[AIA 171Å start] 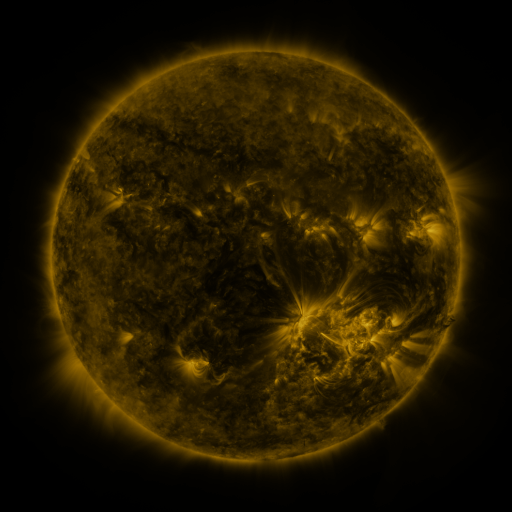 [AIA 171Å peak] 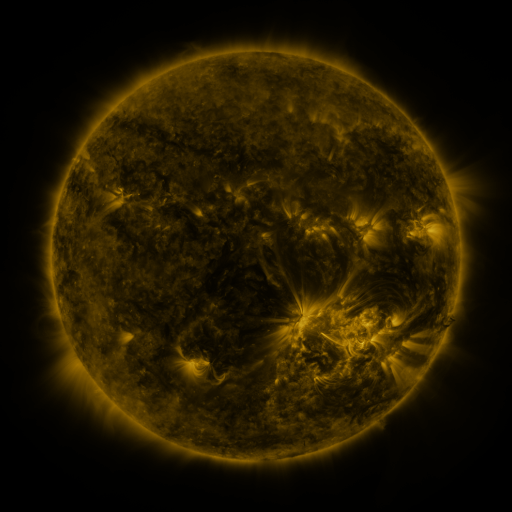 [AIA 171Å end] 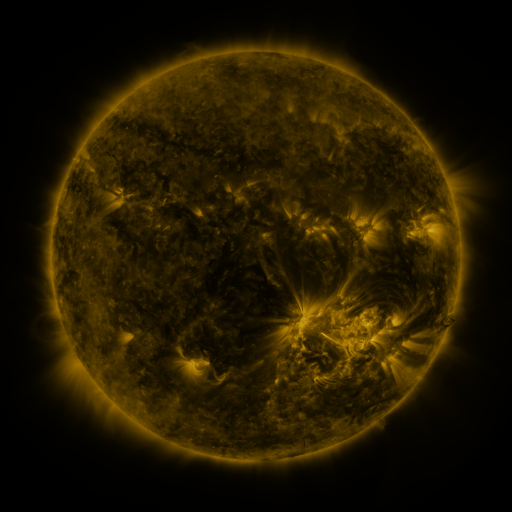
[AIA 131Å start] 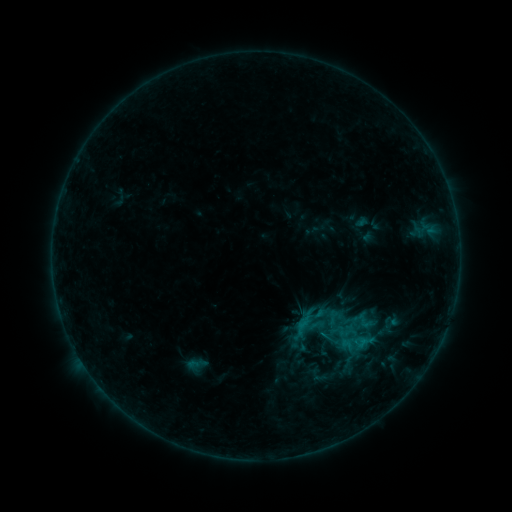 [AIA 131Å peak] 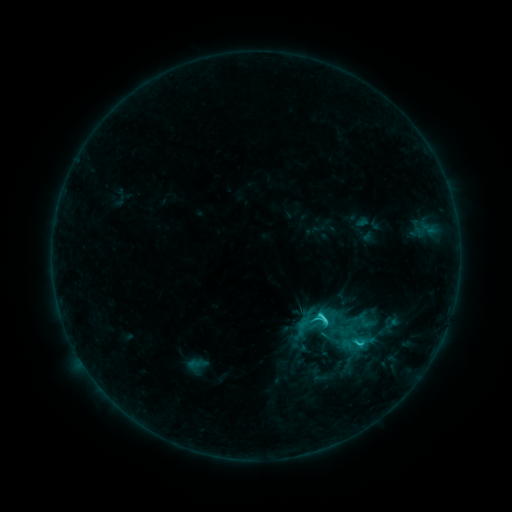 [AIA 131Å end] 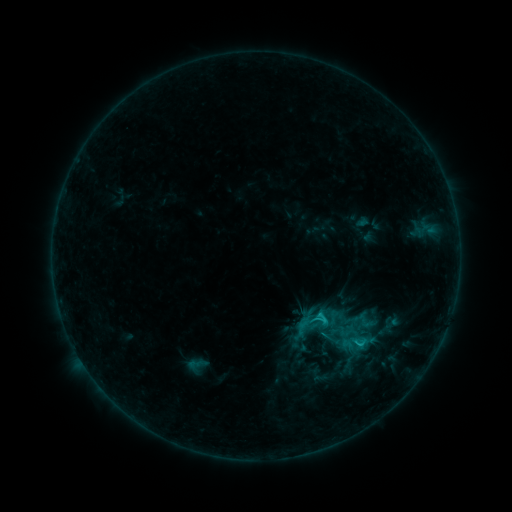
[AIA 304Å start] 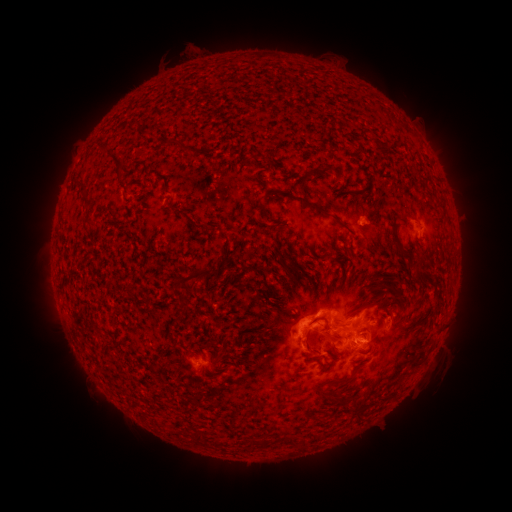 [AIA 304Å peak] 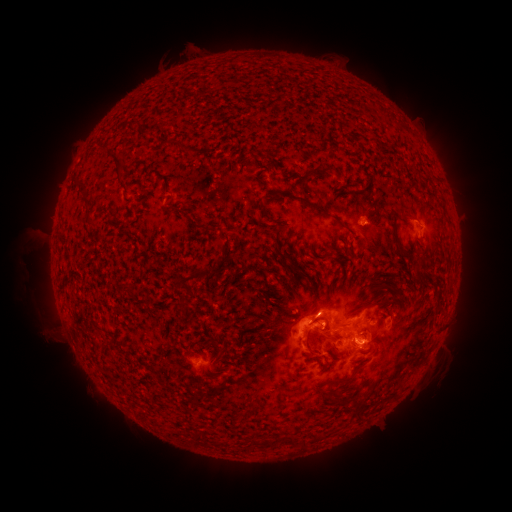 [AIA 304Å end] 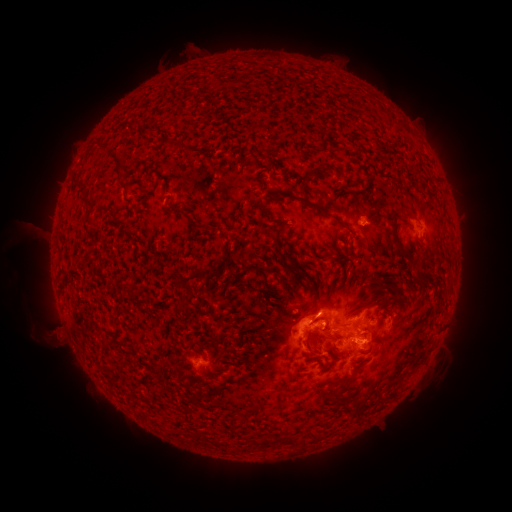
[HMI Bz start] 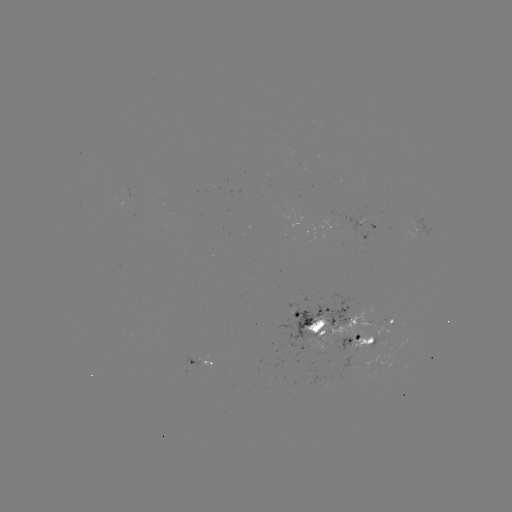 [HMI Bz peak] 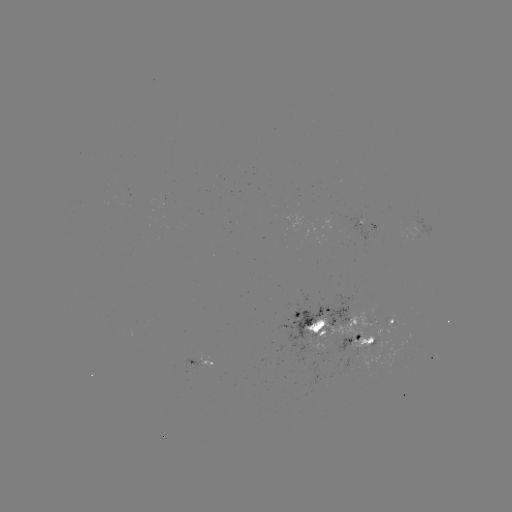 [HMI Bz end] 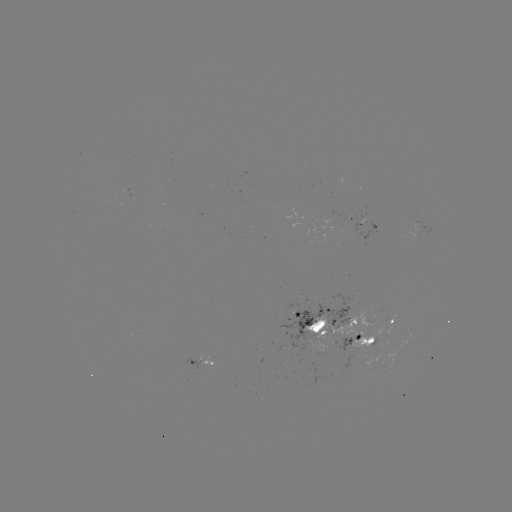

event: flare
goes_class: C2.4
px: (320, 315)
